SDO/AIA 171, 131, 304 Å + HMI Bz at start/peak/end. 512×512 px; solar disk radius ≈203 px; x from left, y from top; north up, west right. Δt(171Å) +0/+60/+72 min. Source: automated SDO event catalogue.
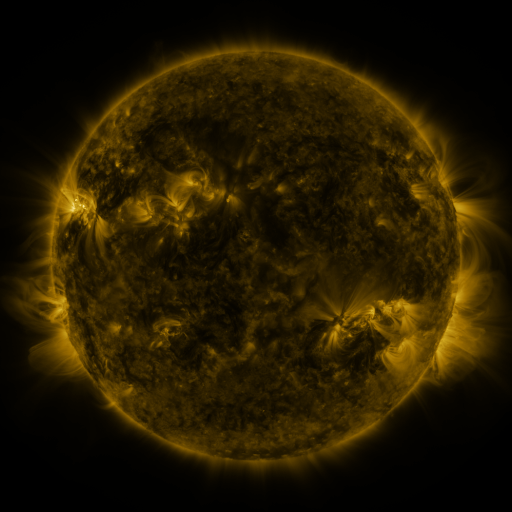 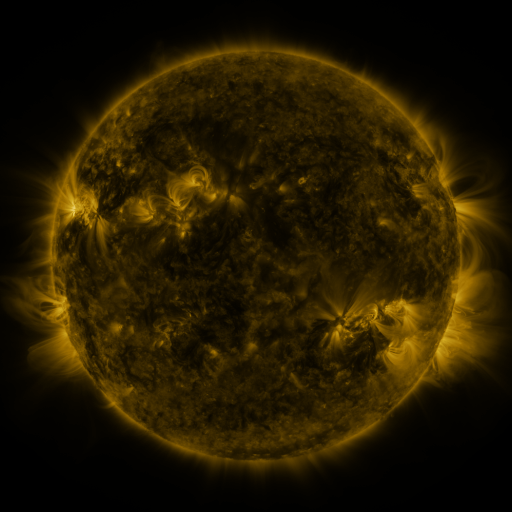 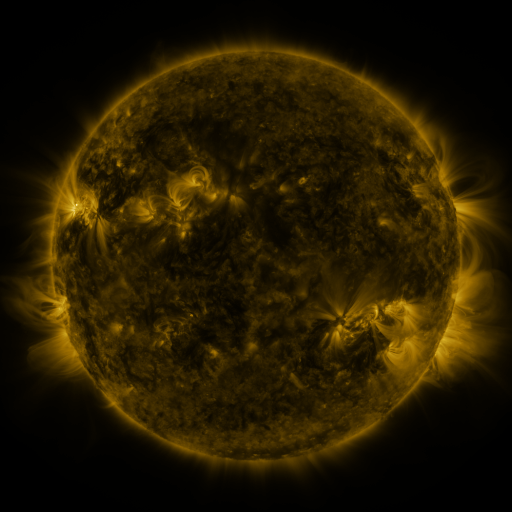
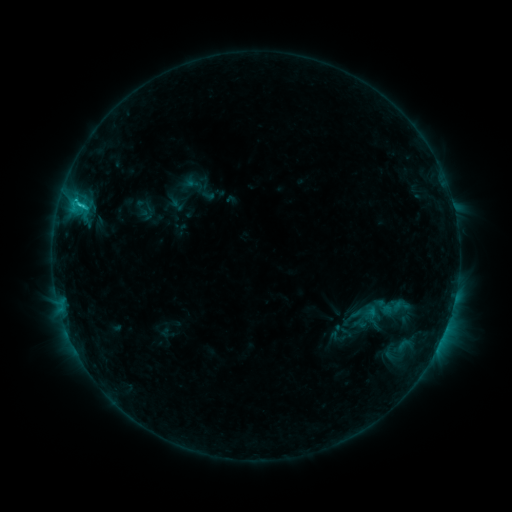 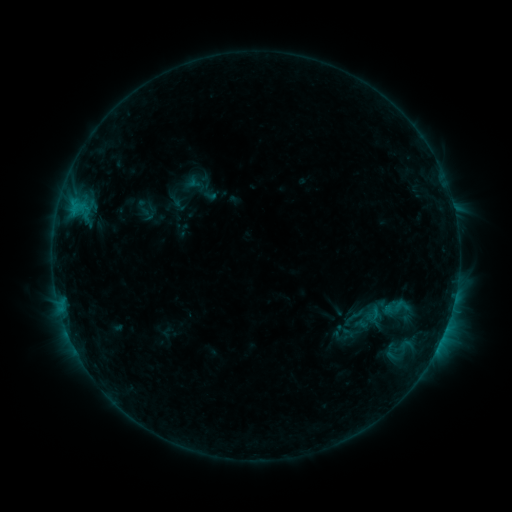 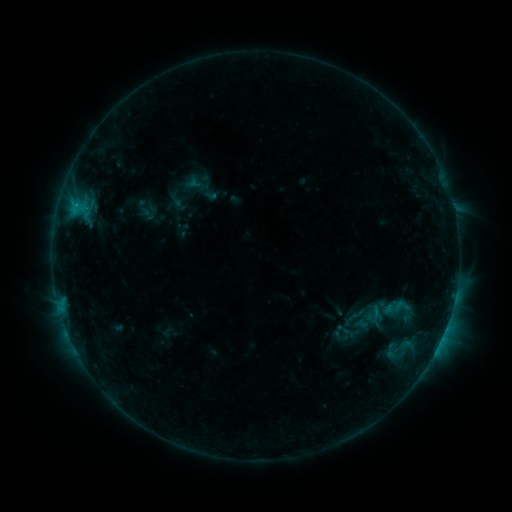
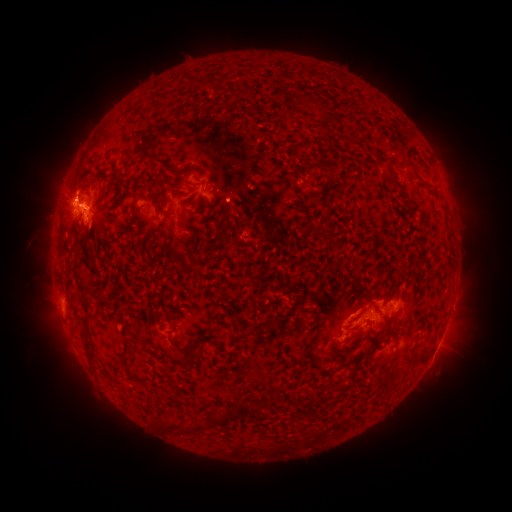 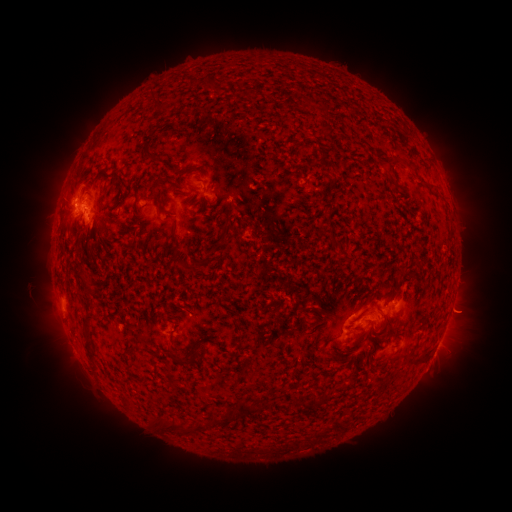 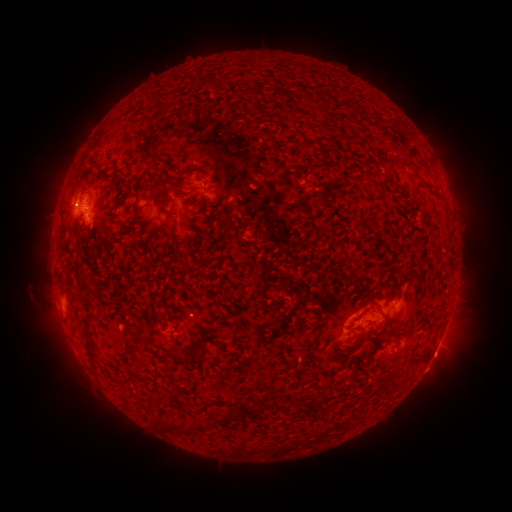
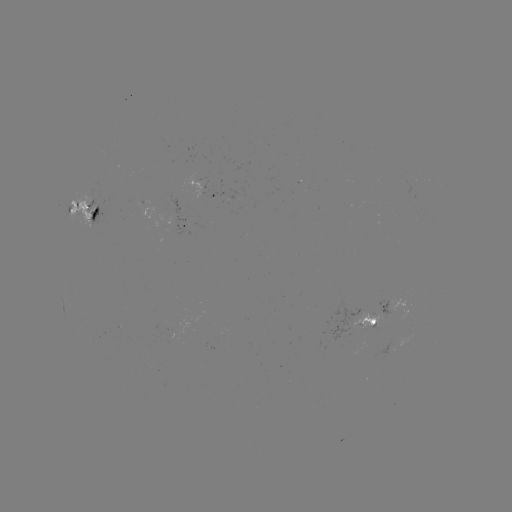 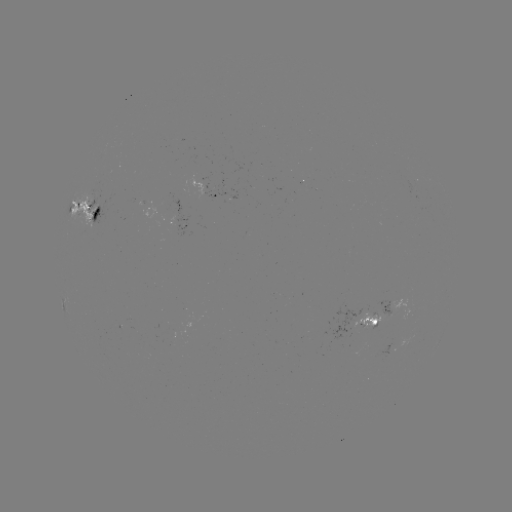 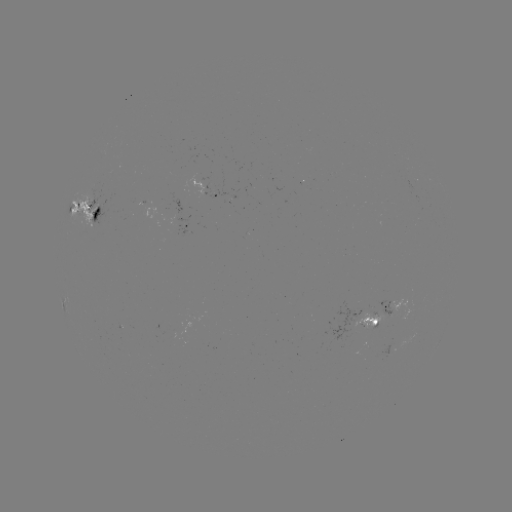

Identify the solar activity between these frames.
emerging-flux region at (90, 207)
